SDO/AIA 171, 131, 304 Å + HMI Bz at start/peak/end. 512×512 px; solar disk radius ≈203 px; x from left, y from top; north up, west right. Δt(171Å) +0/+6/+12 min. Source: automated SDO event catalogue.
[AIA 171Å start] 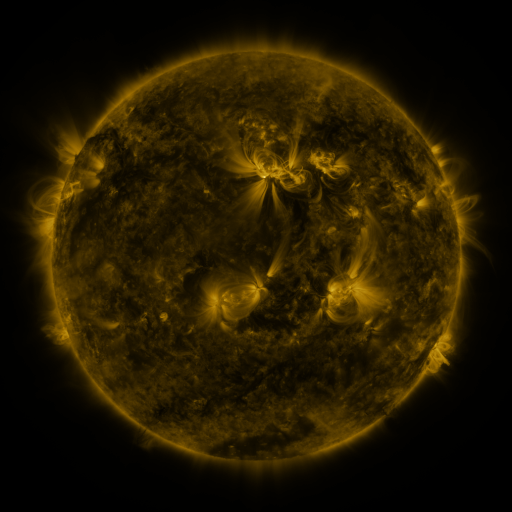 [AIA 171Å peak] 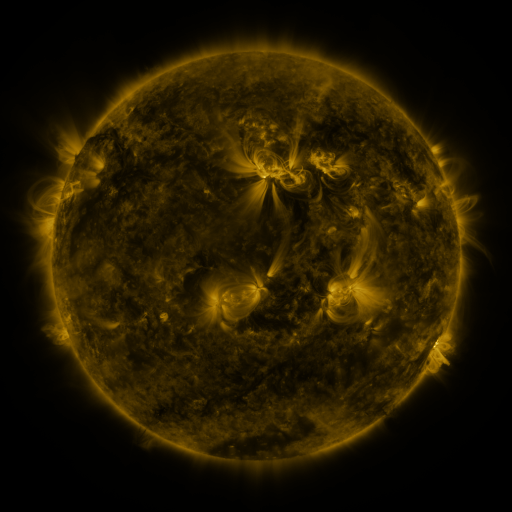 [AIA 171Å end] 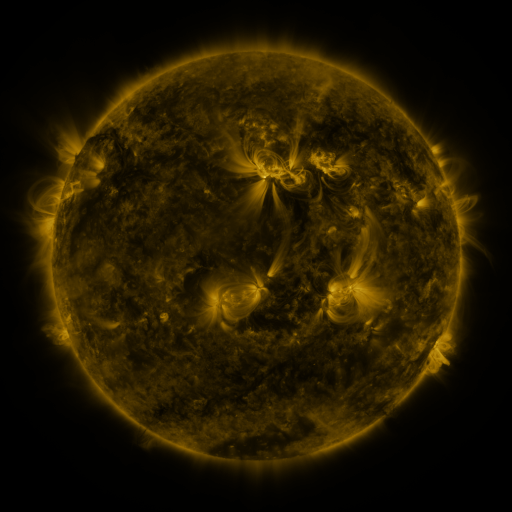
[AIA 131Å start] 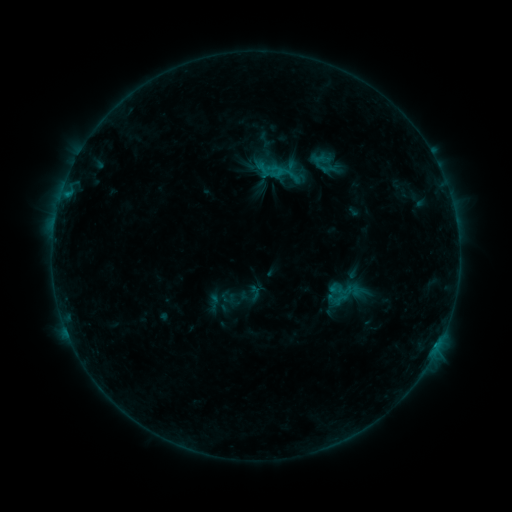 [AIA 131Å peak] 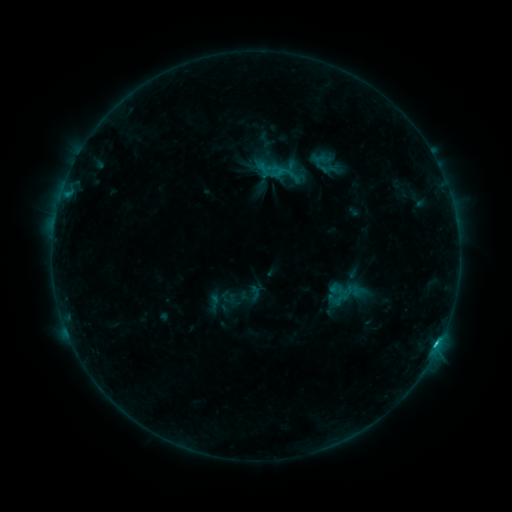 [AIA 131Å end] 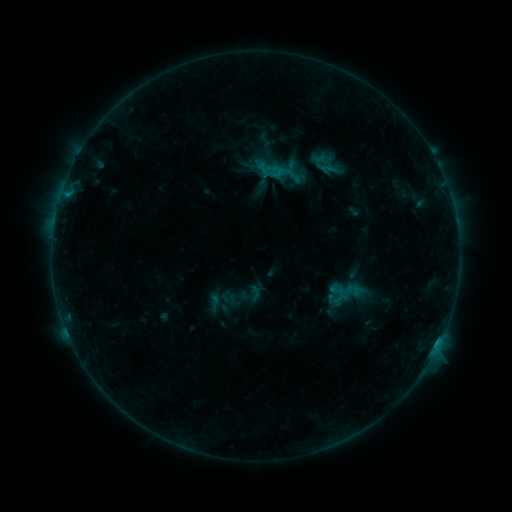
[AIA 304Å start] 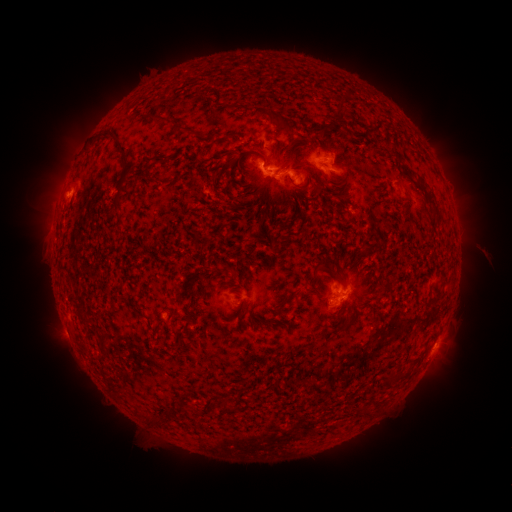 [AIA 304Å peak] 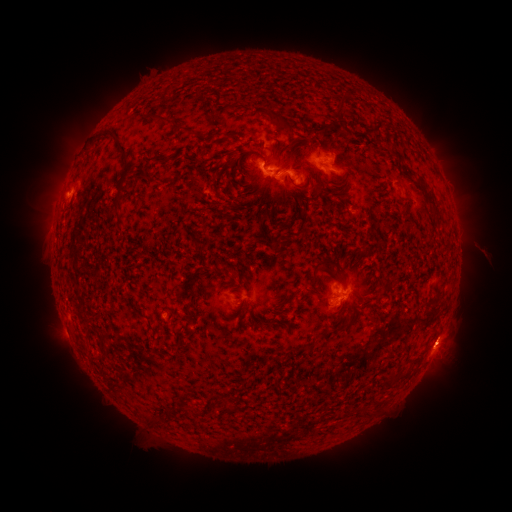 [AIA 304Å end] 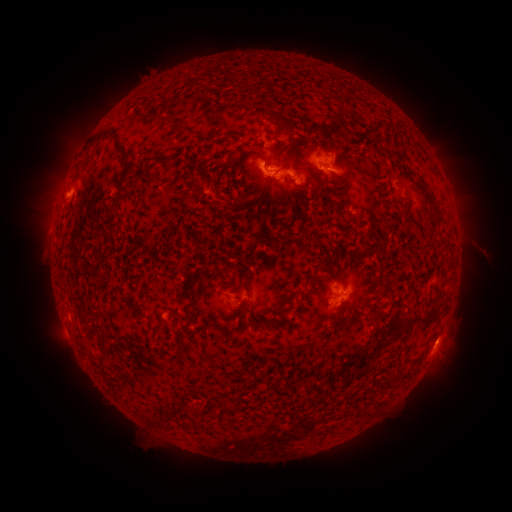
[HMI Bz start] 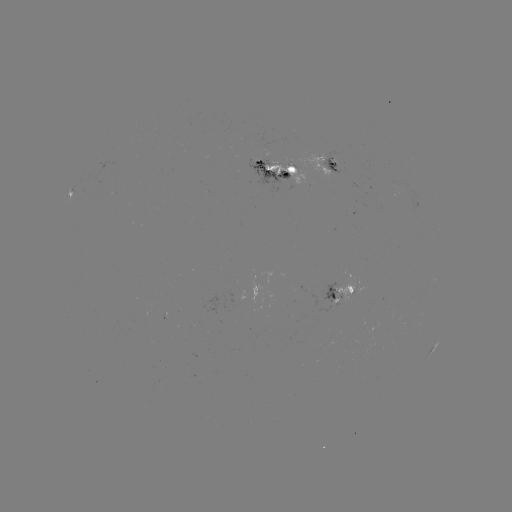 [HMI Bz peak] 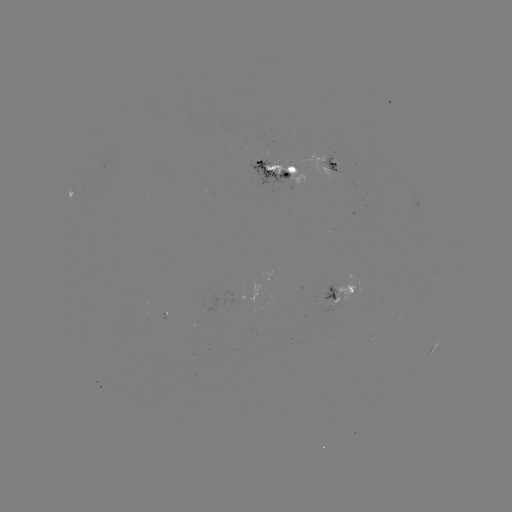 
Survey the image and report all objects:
C1.5 flare: (436, 341)
